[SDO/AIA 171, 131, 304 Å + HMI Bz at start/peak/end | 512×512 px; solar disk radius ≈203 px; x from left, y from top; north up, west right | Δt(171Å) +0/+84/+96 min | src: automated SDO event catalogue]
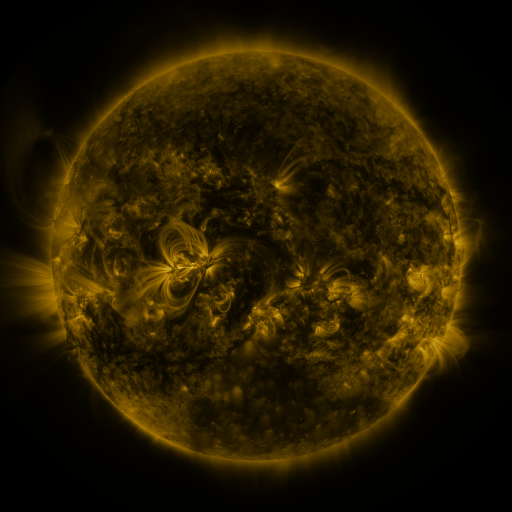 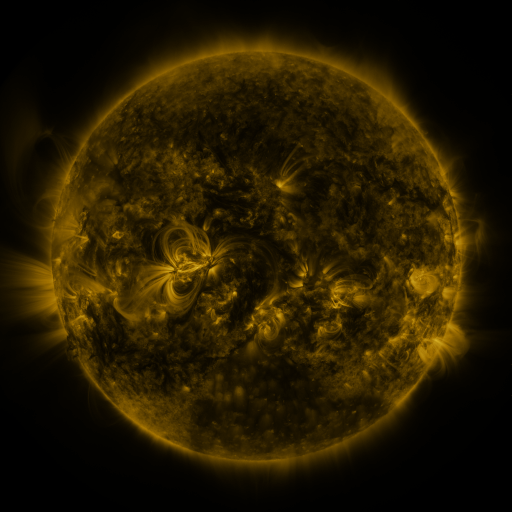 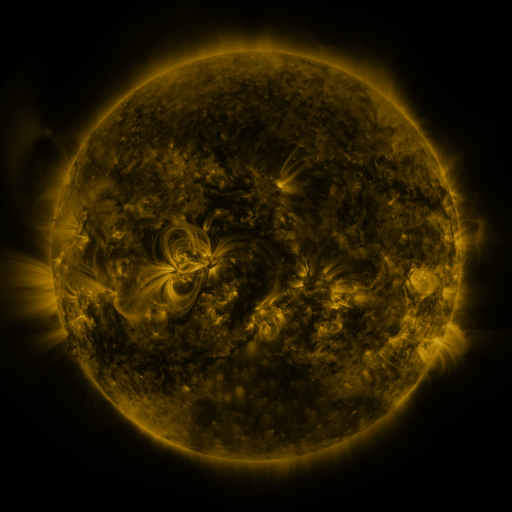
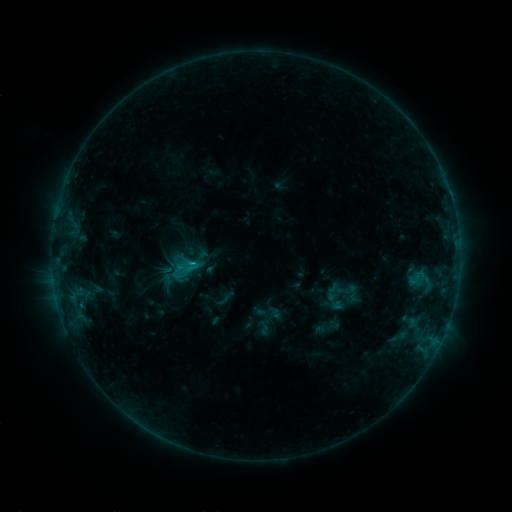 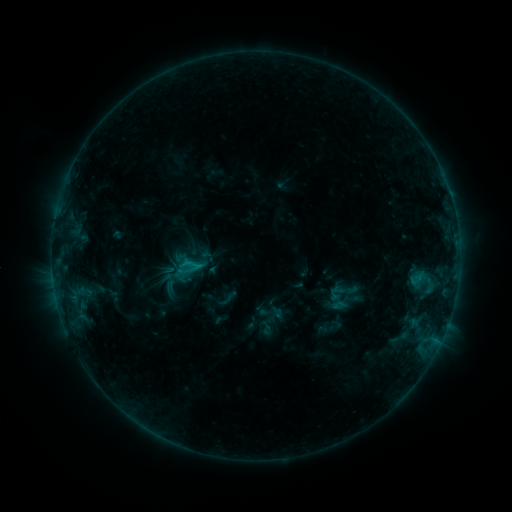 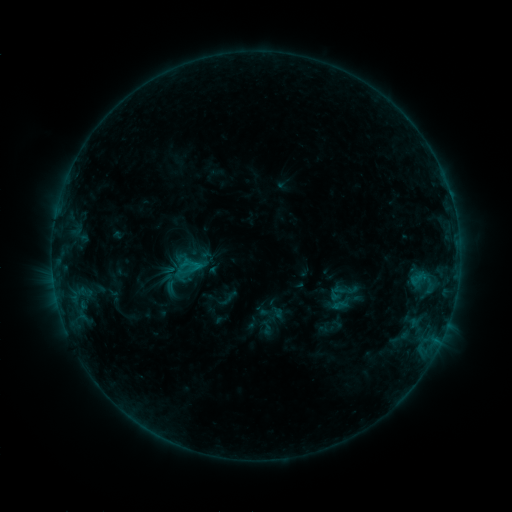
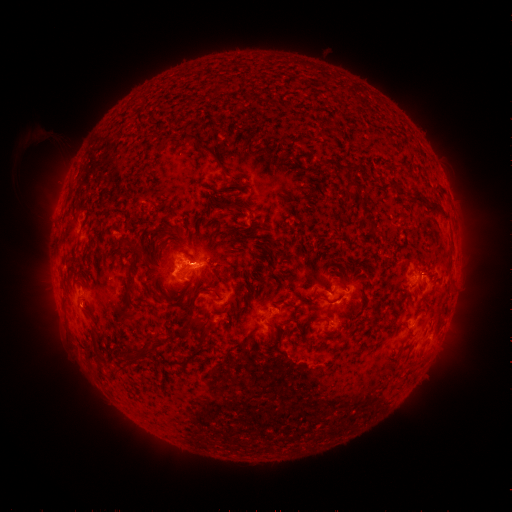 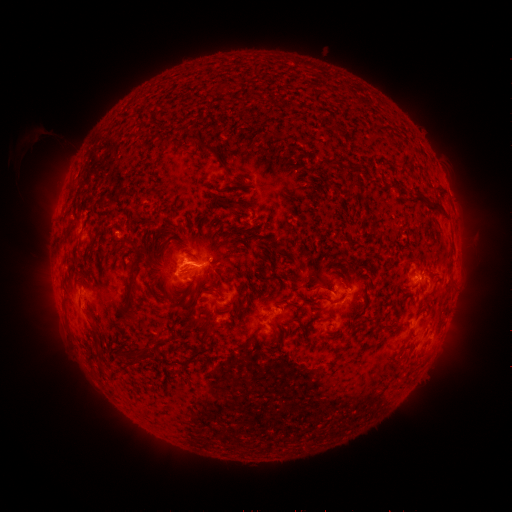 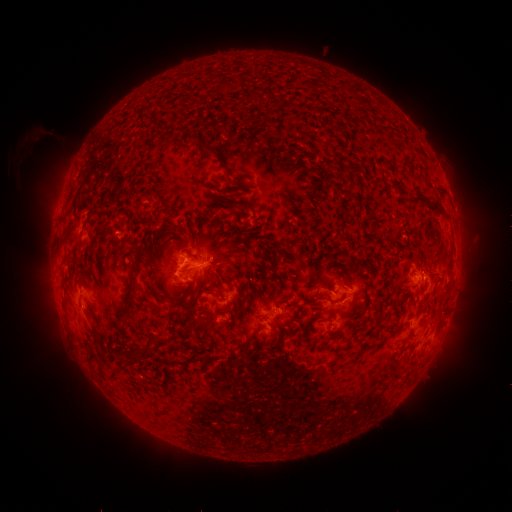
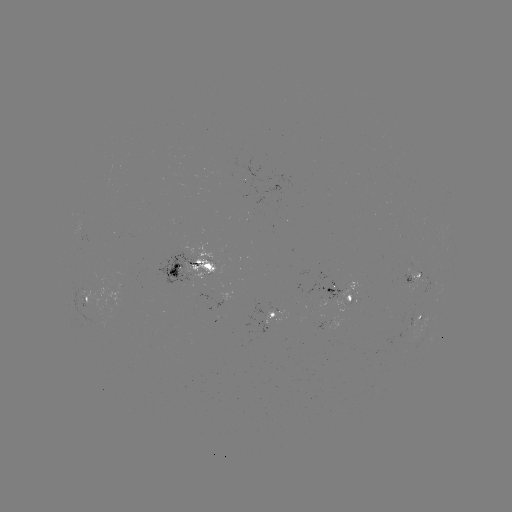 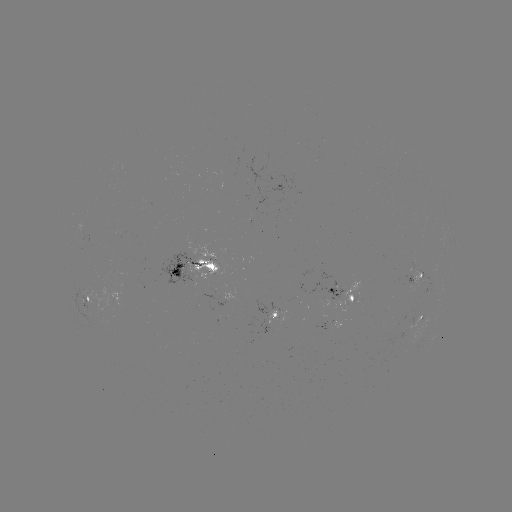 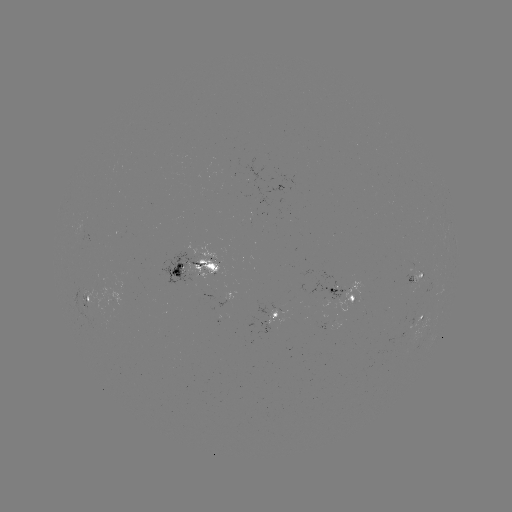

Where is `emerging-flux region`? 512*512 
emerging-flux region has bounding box [221, 293, 232, 303].